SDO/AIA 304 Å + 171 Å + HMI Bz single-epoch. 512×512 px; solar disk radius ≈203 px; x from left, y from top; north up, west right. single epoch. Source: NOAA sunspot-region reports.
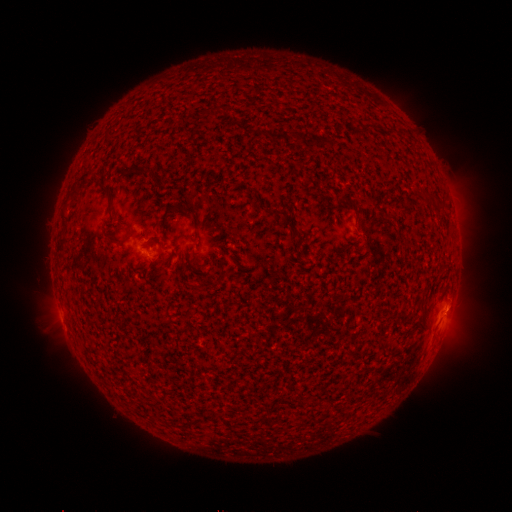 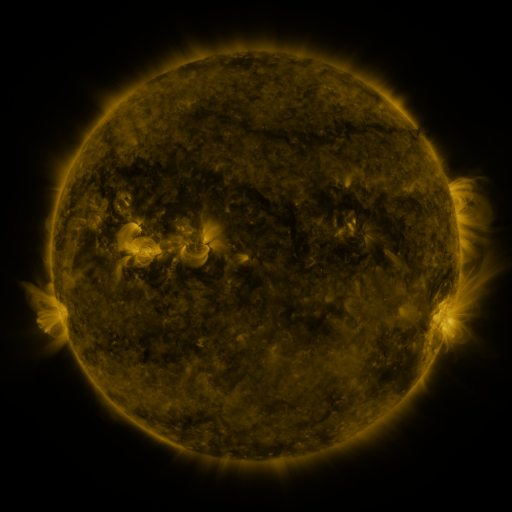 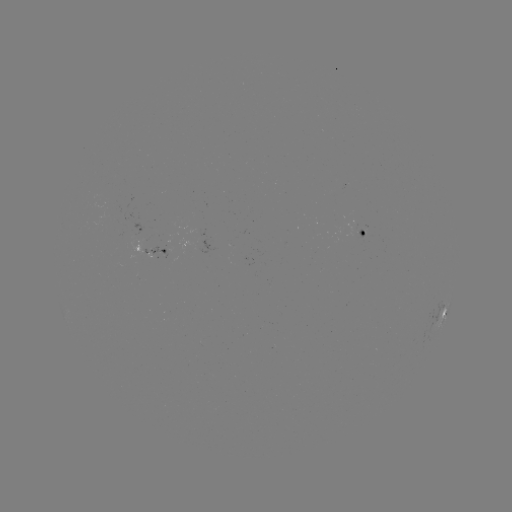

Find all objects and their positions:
spotted active region: (367, 234)
spotted active region: (157, 252)
spotted active region: (444, 313)
